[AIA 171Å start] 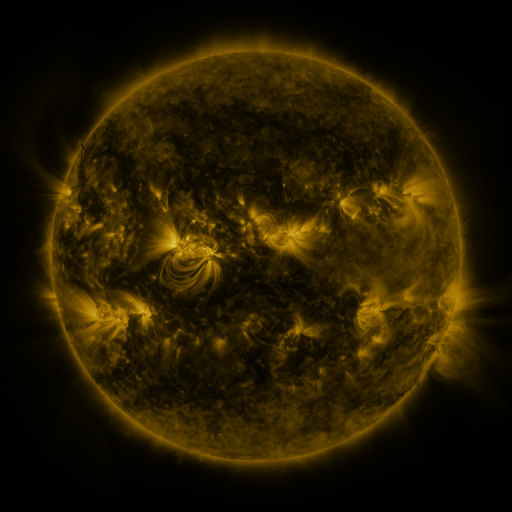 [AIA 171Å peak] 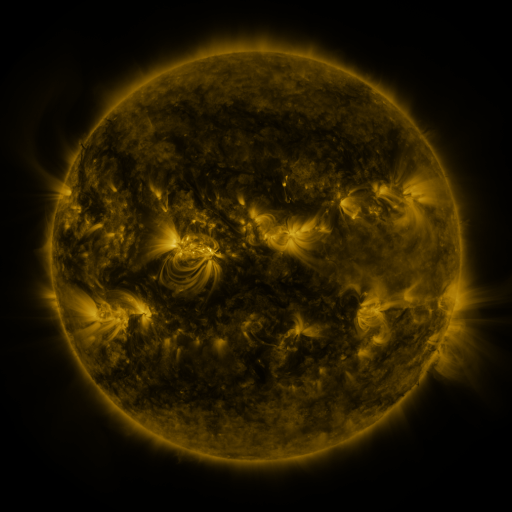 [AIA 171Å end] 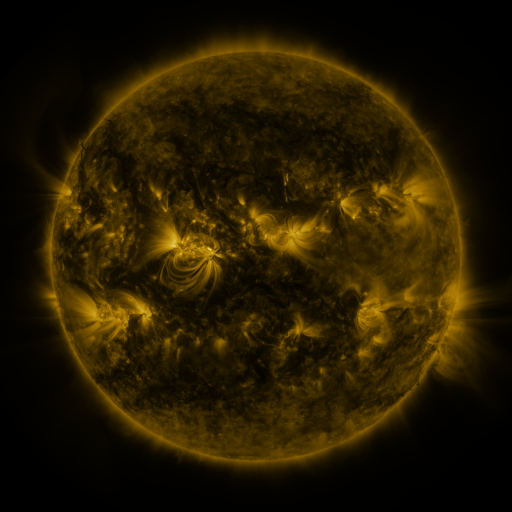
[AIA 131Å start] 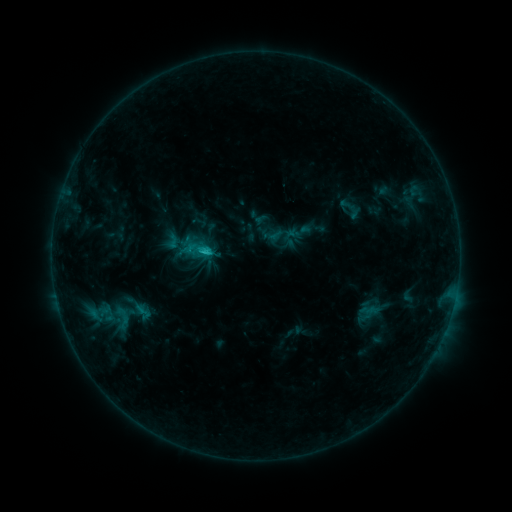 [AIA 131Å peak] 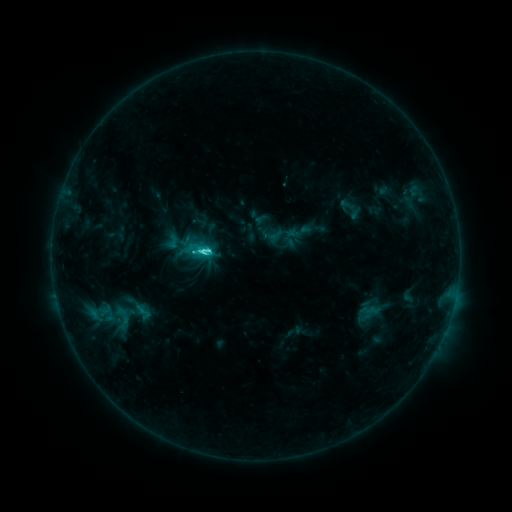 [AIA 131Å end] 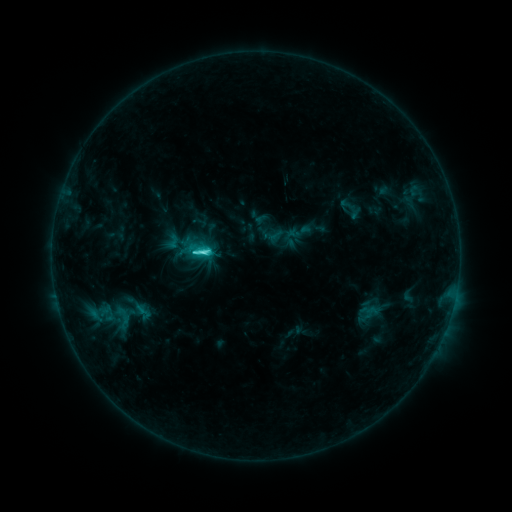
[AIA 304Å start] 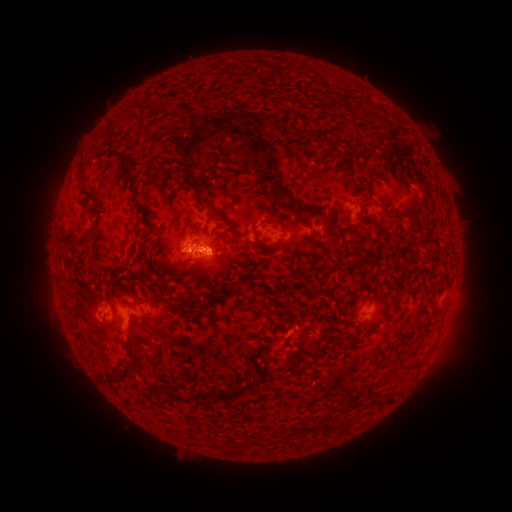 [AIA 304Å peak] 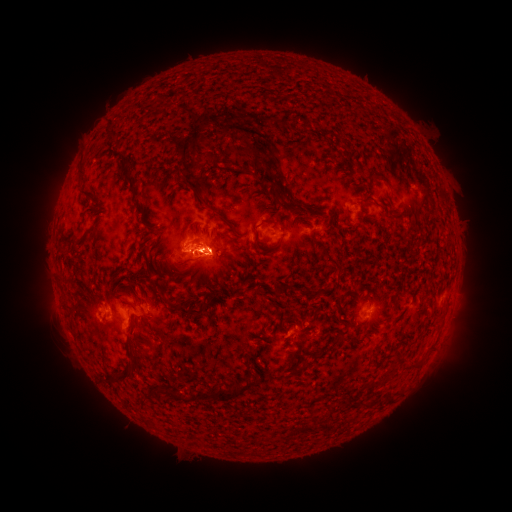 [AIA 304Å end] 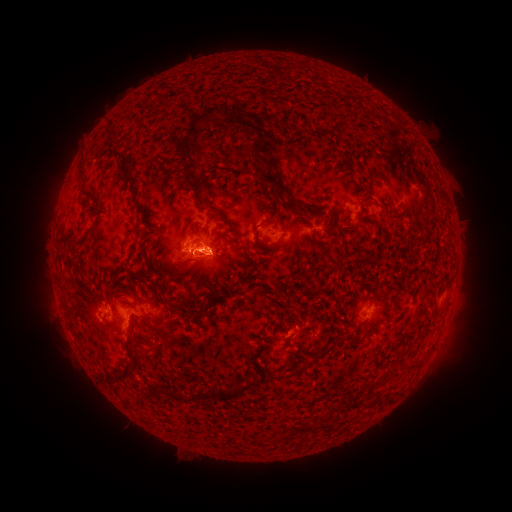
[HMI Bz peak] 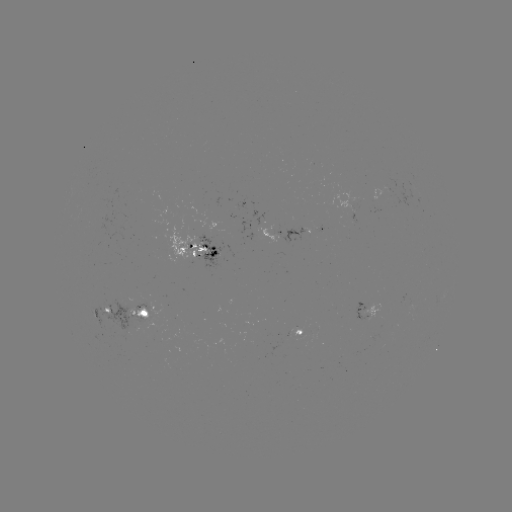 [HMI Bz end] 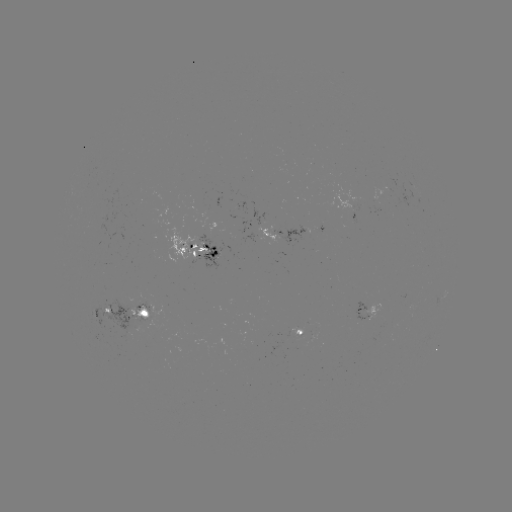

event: flare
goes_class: C4.3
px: (203, 252)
